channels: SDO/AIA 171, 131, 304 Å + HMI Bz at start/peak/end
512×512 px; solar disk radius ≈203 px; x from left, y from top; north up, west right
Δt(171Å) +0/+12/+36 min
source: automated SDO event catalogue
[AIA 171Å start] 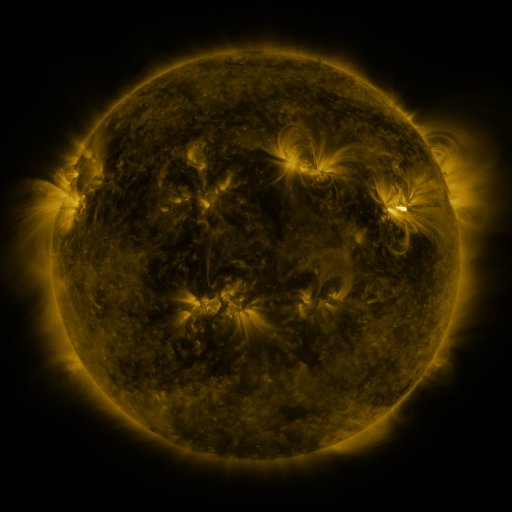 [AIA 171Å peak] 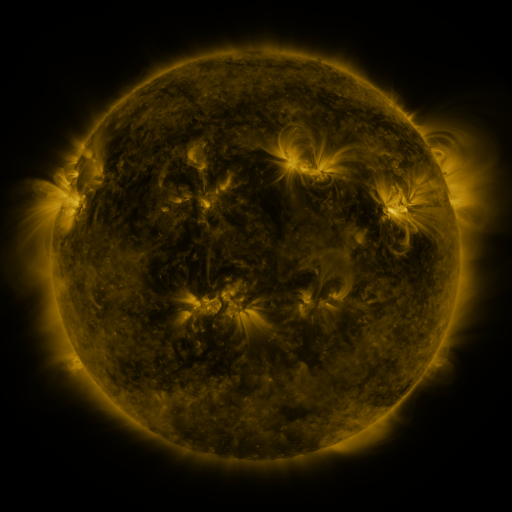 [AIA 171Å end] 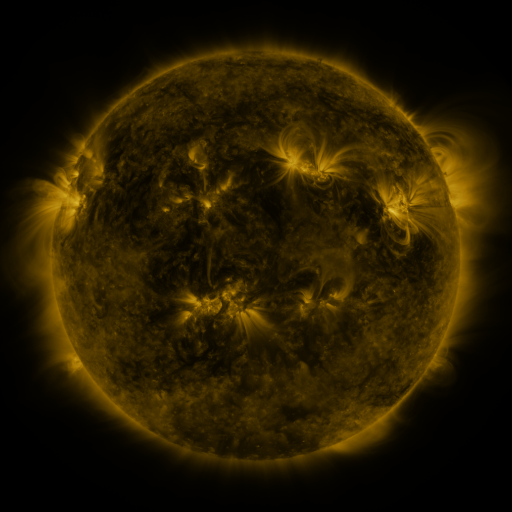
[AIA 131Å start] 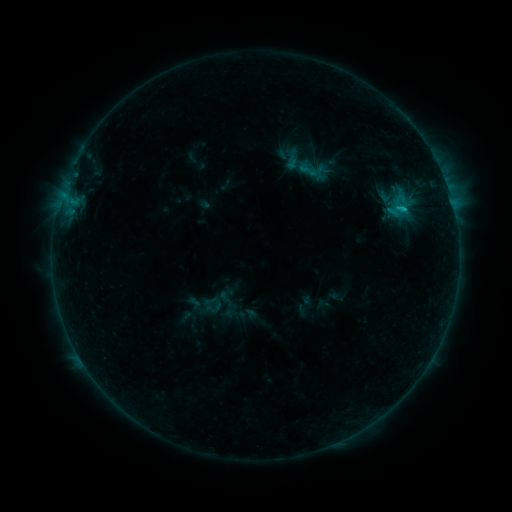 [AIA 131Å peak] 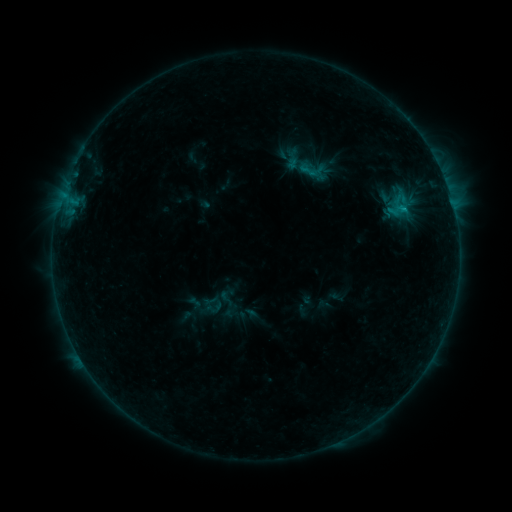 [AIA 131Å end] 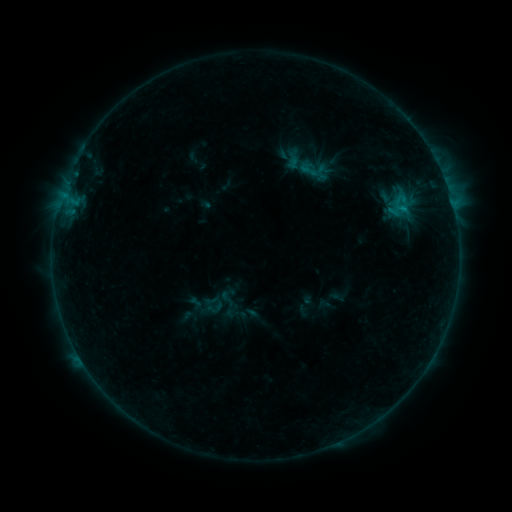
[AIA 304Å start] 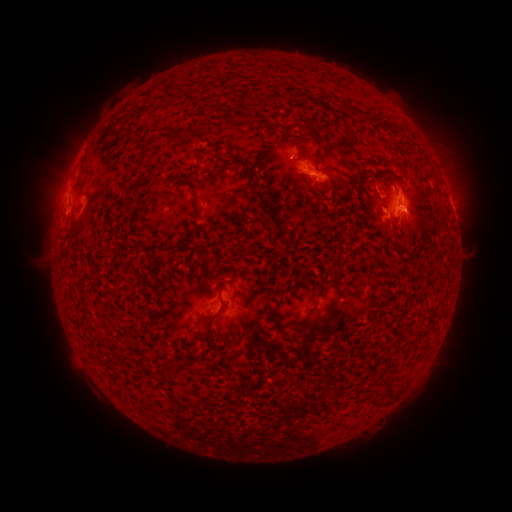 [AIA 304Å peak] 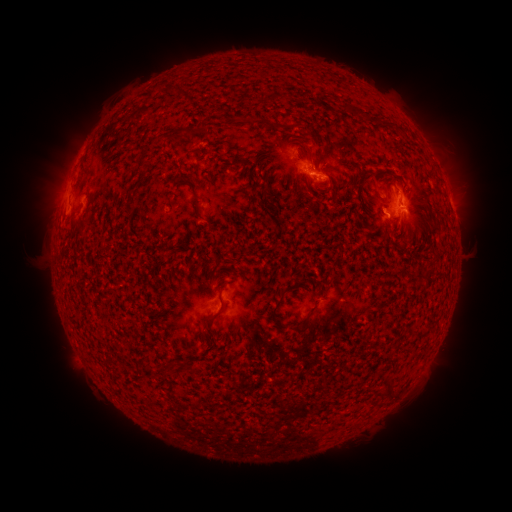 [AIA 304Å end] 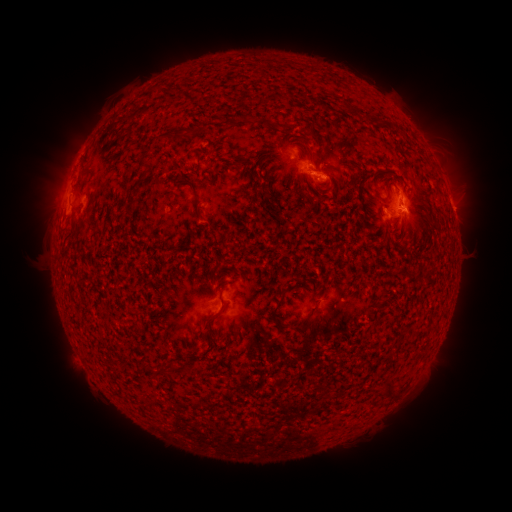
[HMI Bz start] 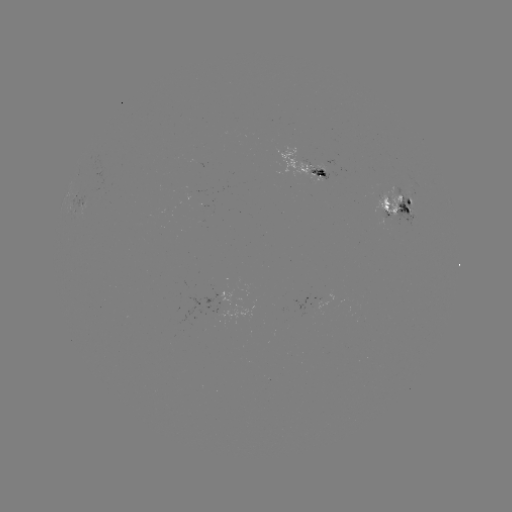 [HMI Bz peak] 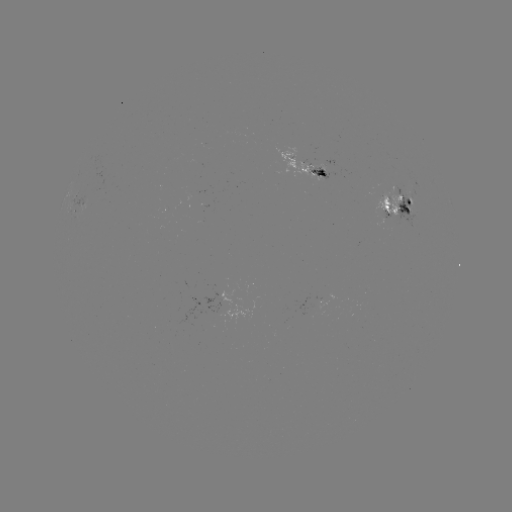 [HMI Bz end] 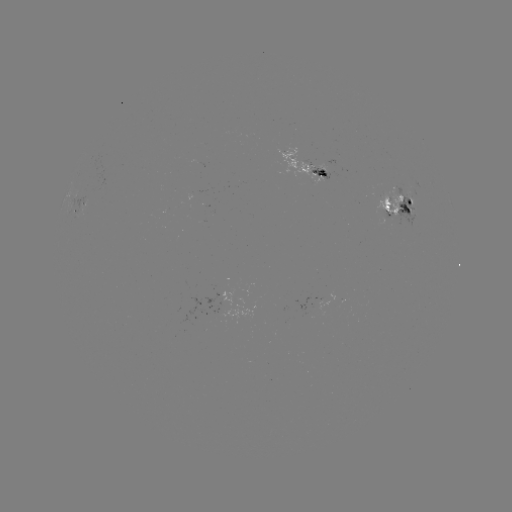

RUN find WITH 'emerging-flux region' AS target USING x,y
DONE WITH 407,208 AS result